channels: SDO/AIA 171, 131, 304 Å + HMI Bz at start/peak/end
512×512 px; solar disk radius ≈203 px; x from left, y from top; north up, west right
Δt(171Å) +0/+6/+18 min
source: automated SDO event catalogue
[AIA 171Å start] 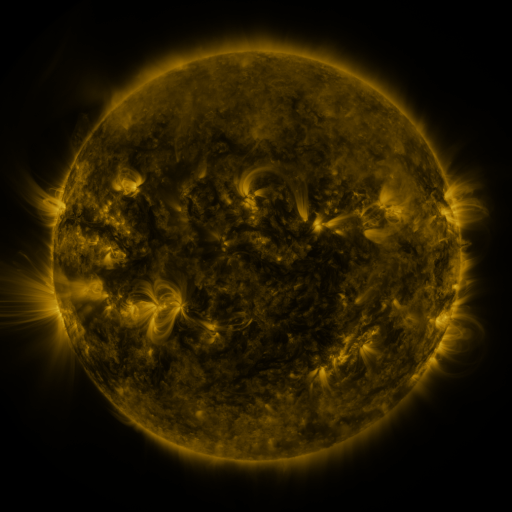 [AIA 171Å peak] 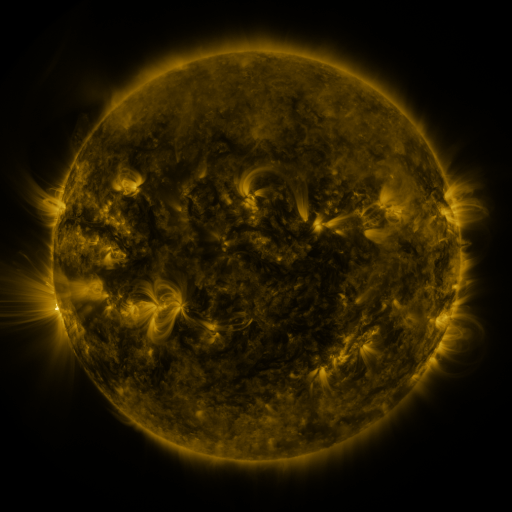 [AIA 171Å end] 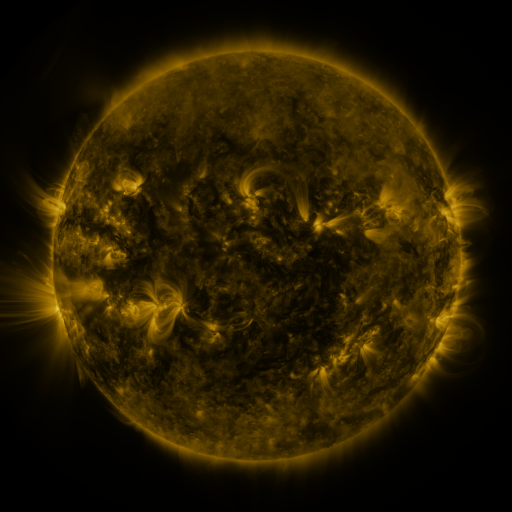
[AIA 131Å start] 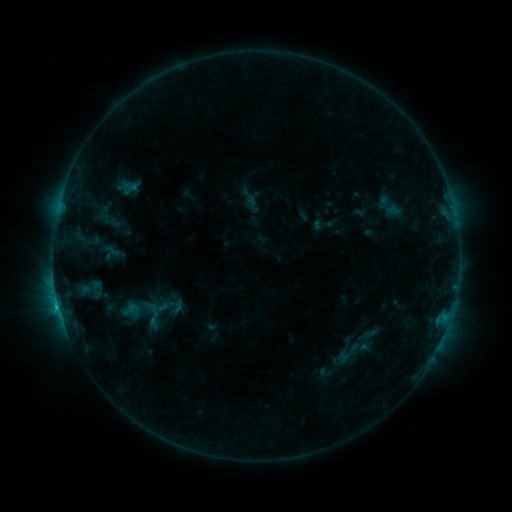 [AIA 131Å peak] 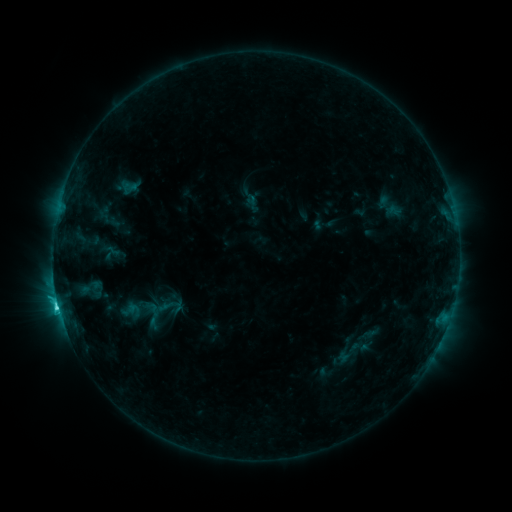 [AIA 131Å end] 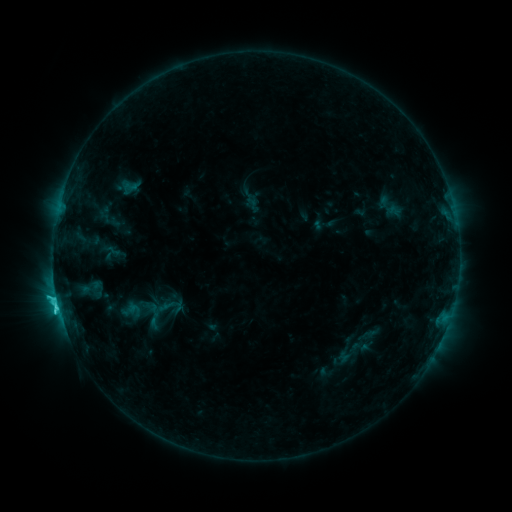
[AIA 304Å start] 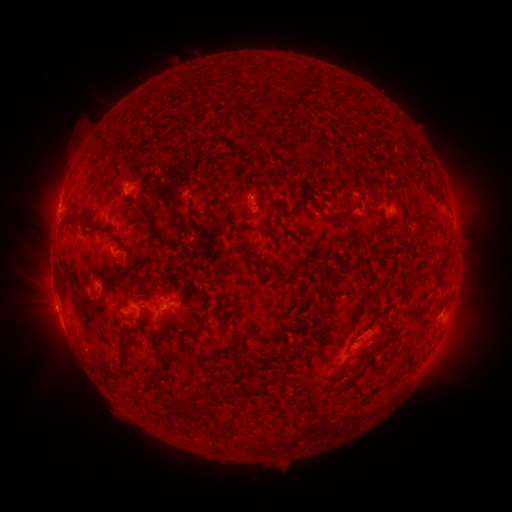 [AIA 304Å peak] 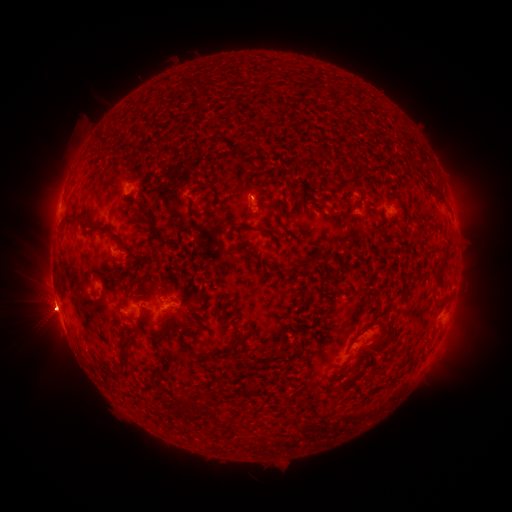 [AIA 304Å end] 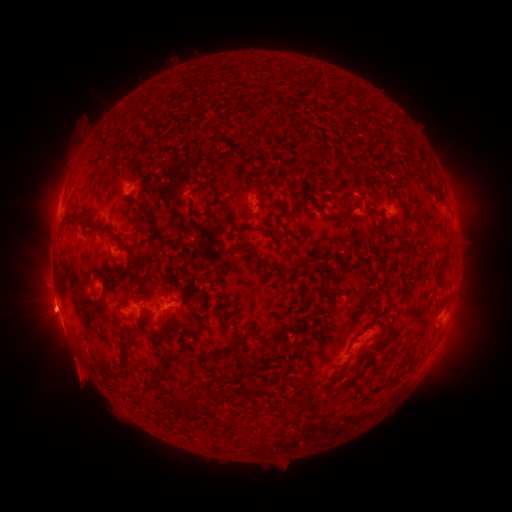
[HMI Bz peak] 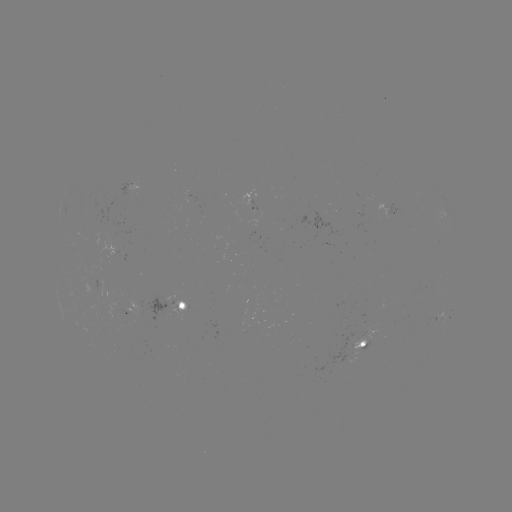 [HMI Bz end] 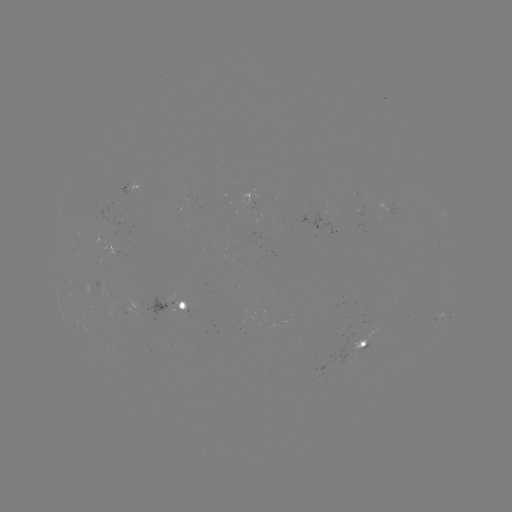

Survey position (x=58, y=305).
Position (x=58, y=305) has C7.7 flare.